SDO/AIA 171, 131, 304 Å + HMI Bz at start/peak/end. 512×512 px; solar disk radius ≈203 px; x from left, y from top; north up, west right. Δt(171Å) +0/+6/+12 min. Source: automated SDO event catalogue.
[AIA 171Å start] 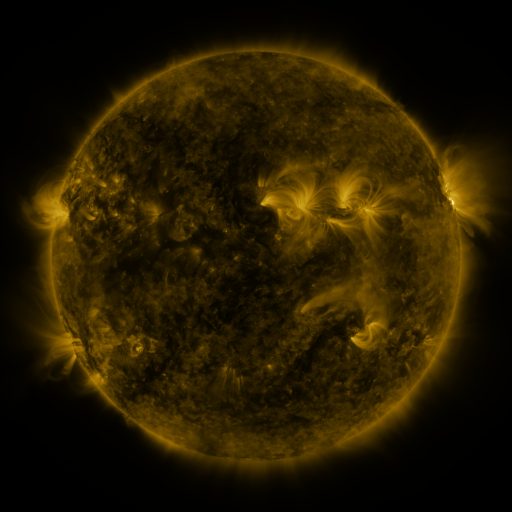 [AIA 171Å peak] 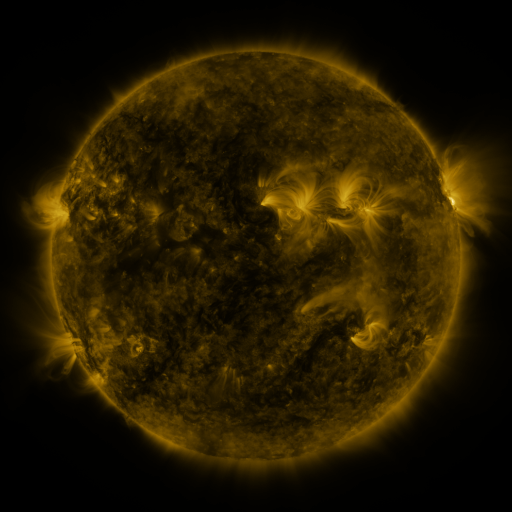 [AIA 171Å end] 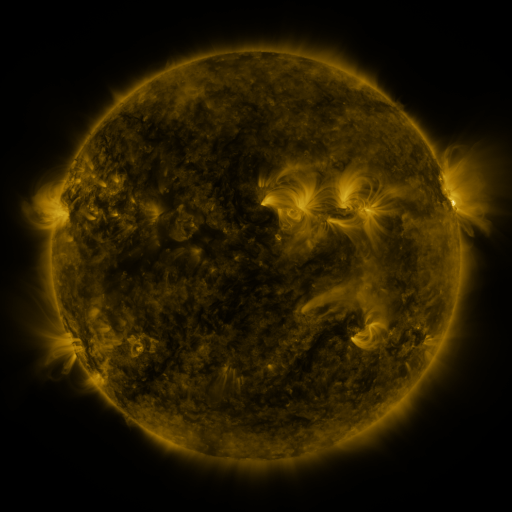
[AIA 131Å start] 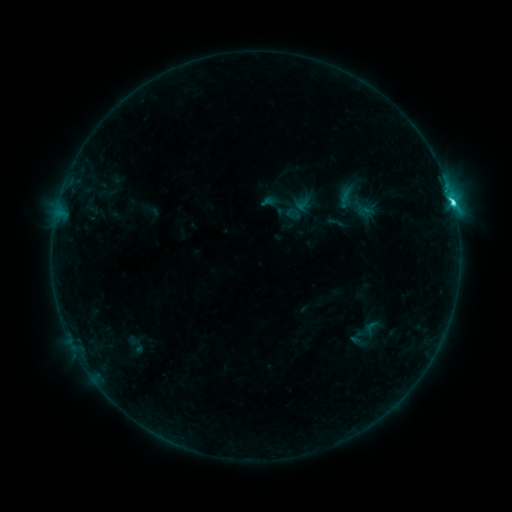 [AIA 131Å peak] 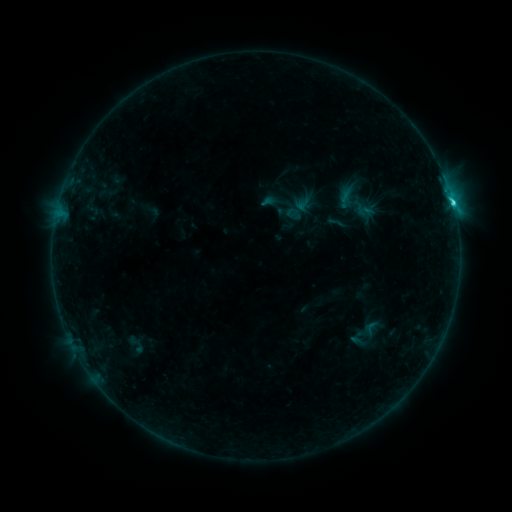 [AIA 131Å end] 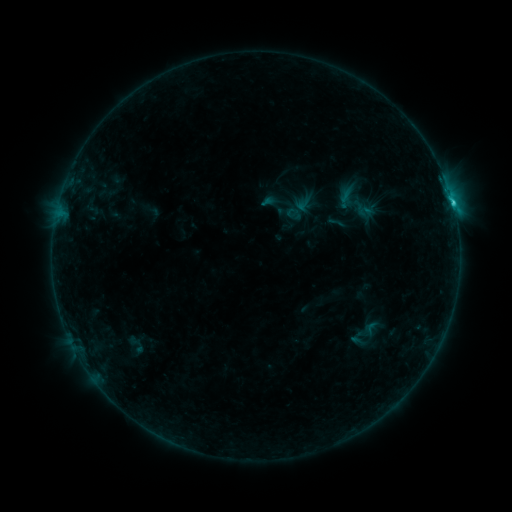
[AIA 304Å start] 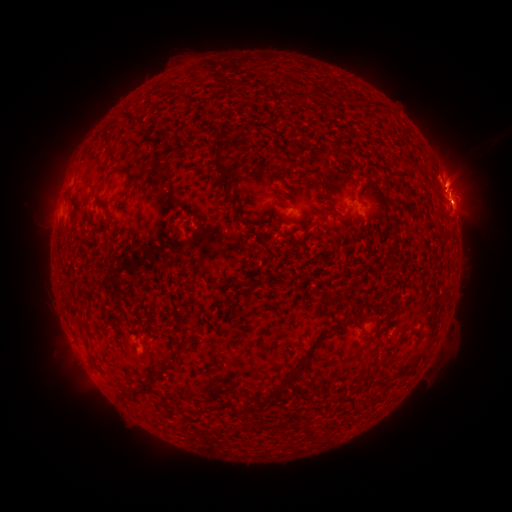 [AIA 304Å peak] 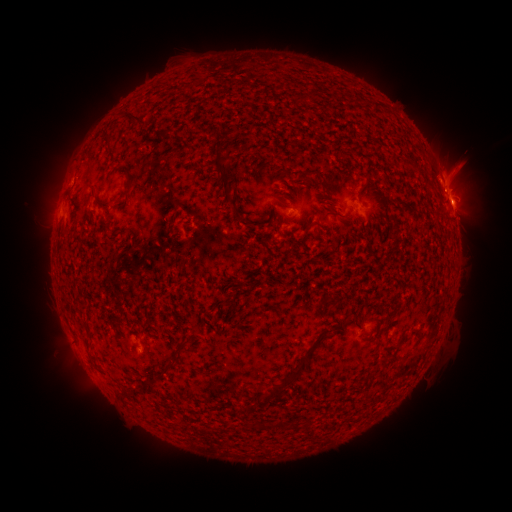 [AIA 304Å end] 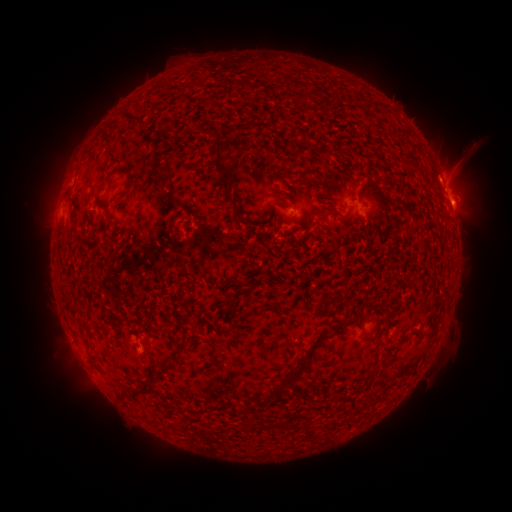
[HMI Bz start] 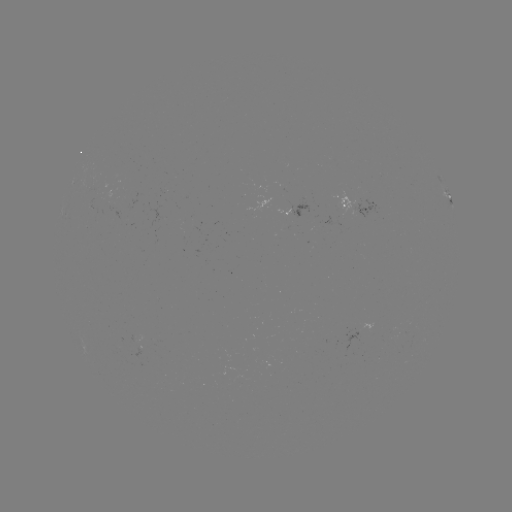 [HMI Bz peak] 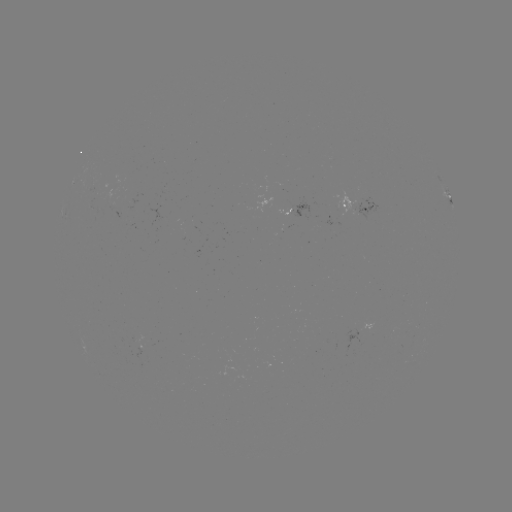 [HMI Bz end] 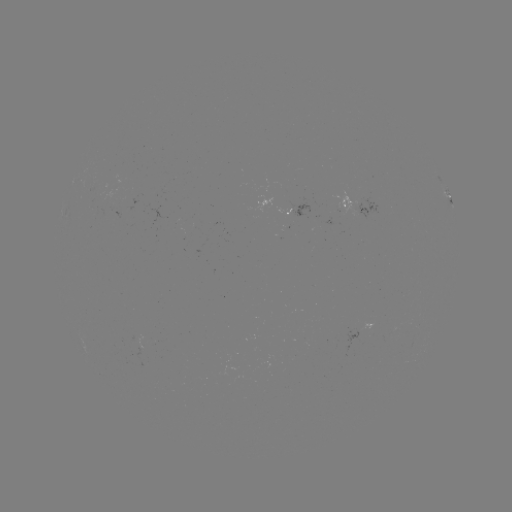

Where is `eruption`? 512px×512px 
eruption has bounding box [426, 128, 490, 200].